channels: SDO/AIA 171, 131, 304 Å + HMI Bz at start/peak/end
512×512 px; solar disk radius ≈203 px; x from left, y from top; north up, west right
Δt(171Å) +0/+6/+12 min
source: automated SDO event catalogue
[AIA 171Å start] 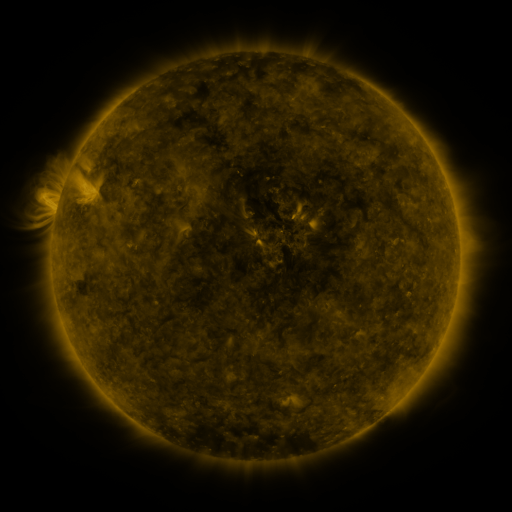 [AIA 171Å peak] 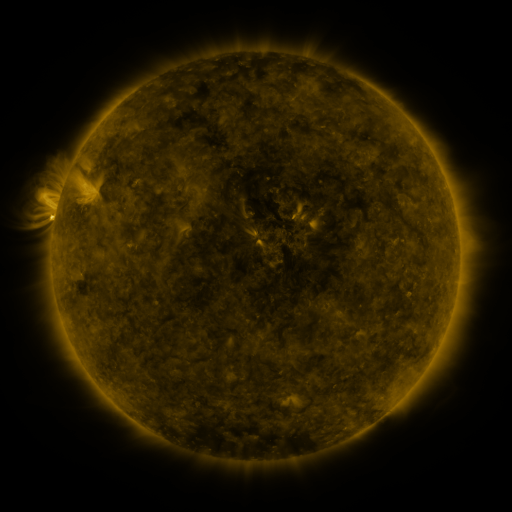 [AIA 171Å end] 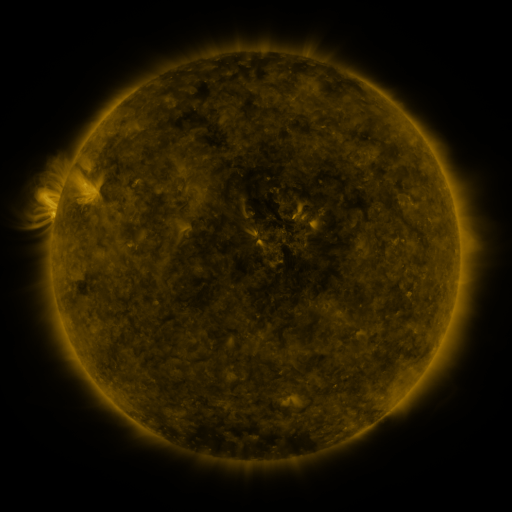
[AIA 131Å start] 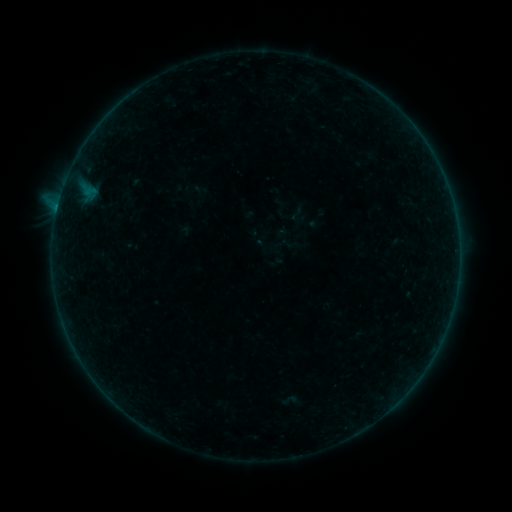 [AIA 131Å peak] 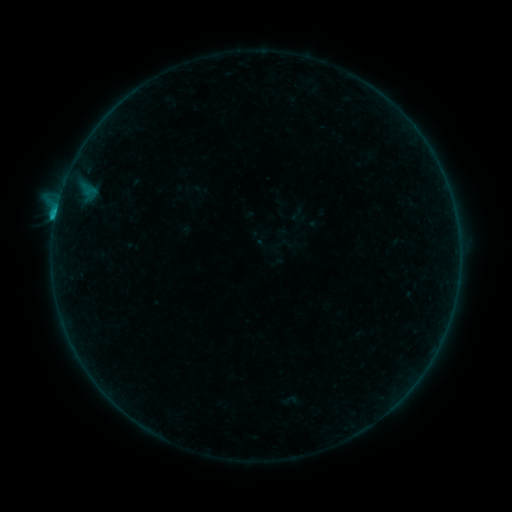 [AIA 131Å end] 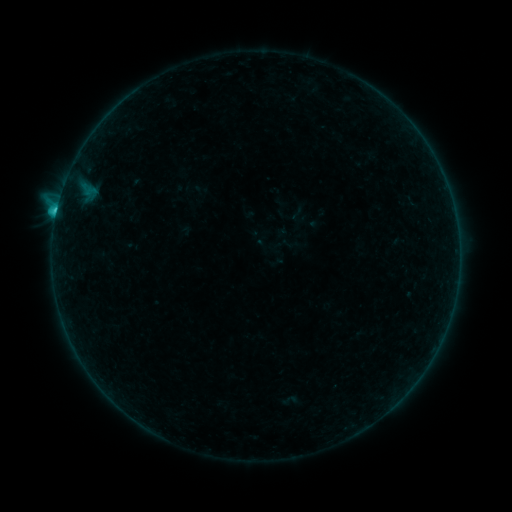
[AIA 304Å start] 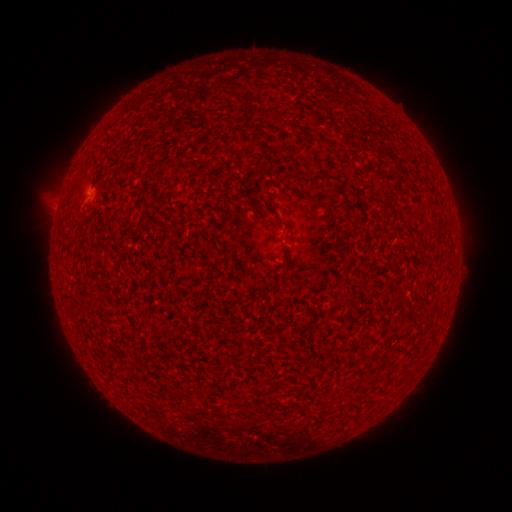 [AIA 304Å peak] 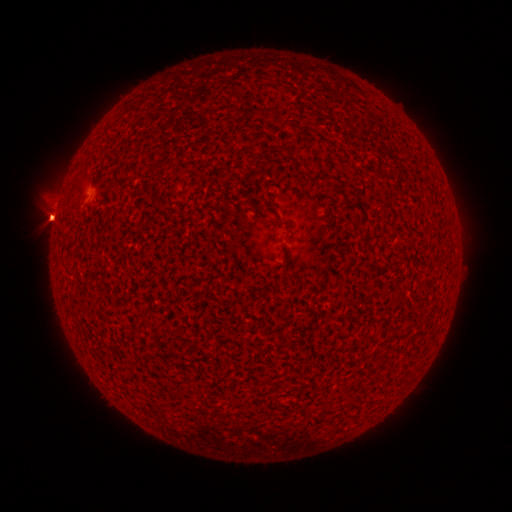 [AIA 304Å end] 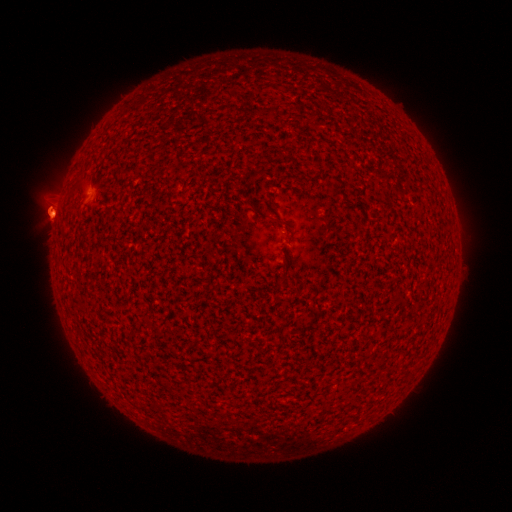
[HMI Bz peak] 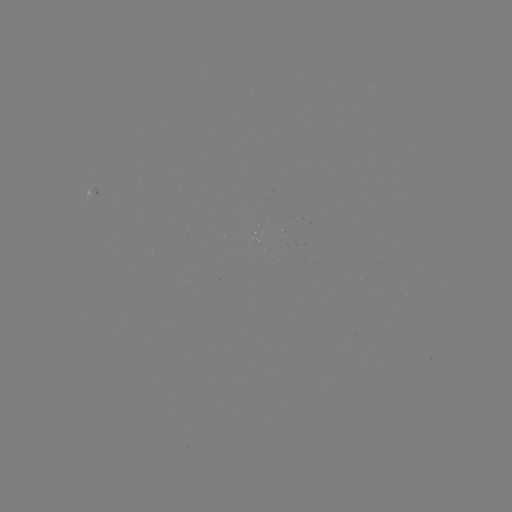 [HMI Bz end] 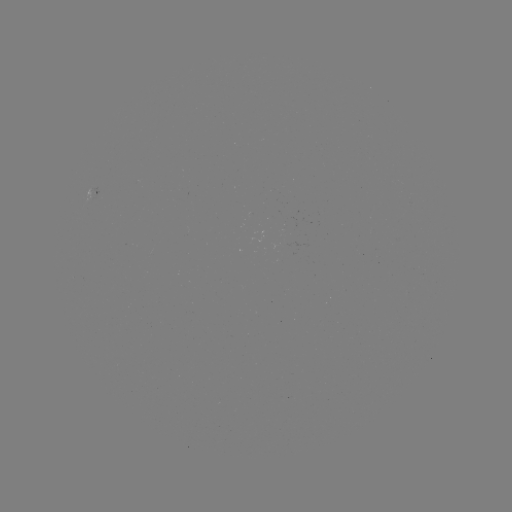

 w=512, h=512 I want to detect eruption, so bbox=[90, 193, 116, 242].